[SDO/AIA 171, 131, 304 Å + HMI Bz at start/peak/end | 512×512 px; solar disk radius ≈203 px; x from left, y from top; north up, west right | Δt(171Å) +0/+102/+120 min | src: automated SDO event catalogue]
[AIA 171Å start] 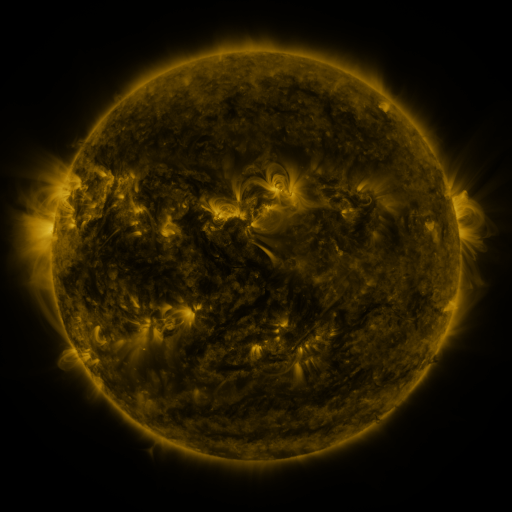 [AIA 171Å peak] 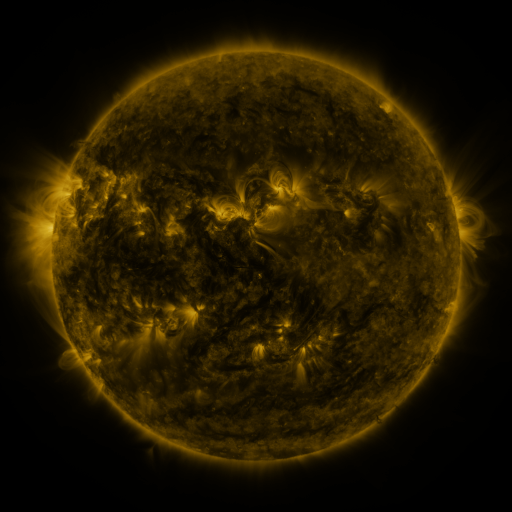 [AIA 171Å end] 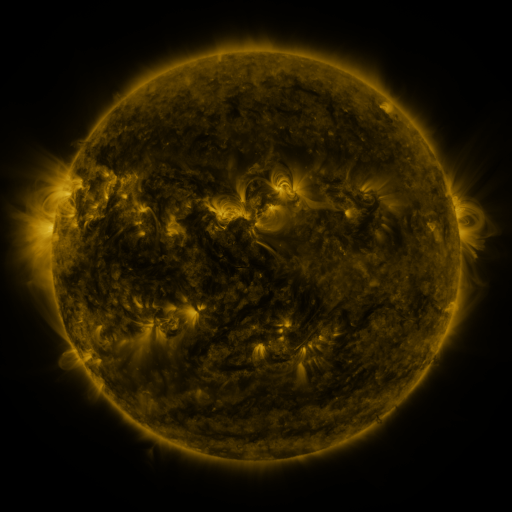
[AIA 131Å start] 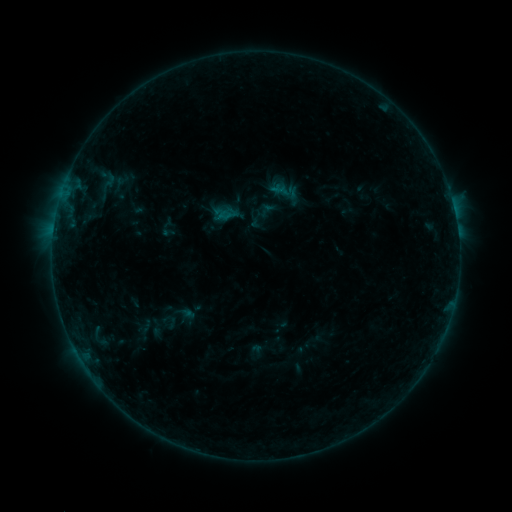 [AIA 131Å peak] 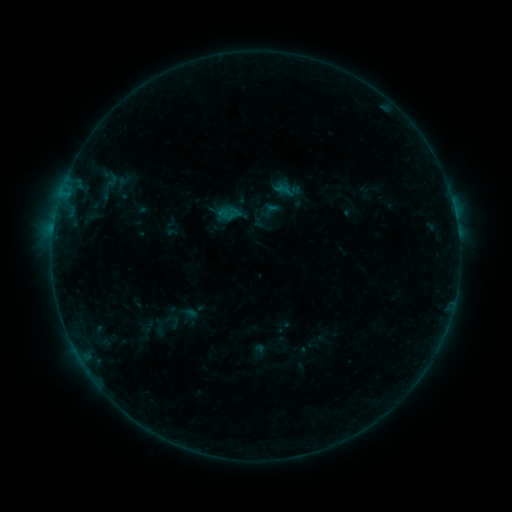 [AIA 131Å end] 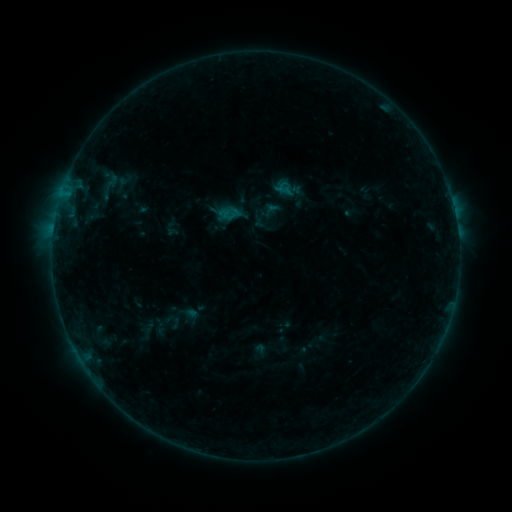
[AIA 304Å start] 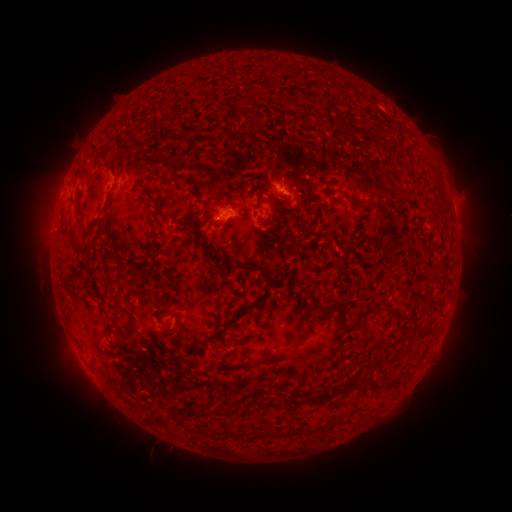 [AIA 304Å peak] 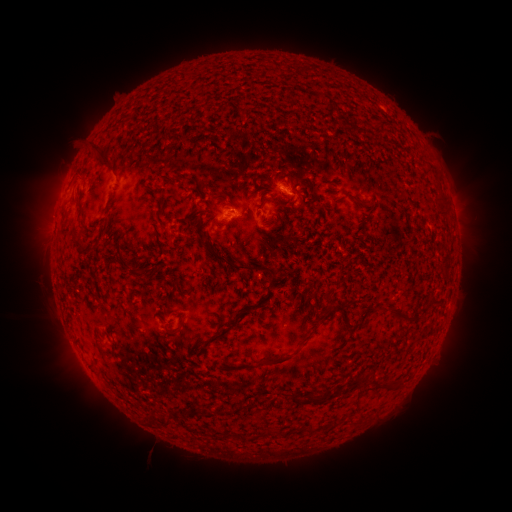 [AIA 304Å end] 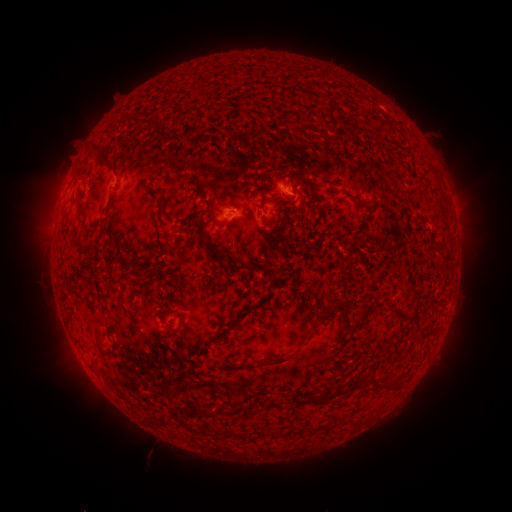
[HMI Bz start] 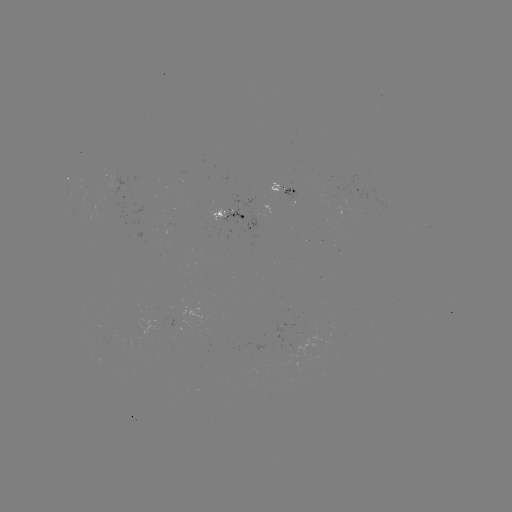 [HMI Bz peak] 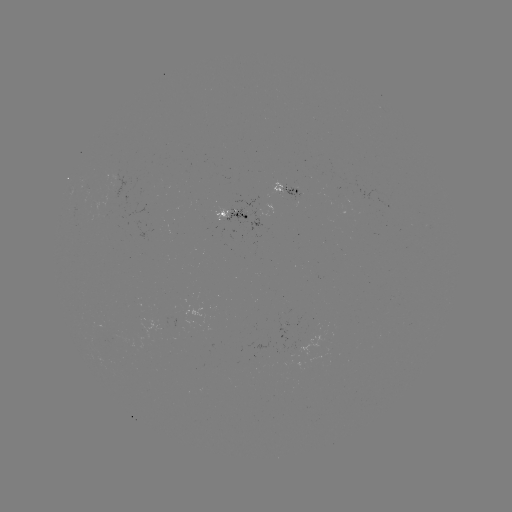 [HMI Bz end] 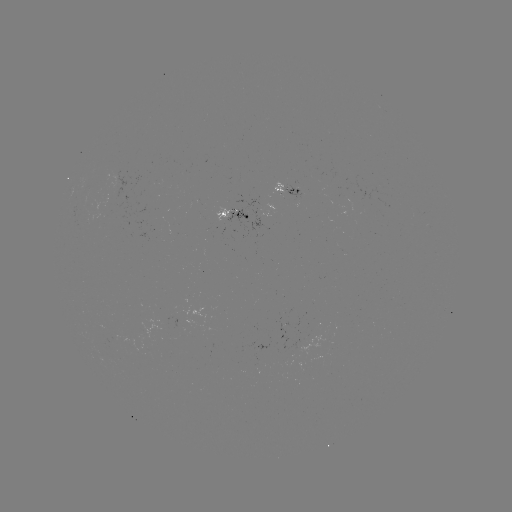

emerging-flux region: (269, 179, 283, 195)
